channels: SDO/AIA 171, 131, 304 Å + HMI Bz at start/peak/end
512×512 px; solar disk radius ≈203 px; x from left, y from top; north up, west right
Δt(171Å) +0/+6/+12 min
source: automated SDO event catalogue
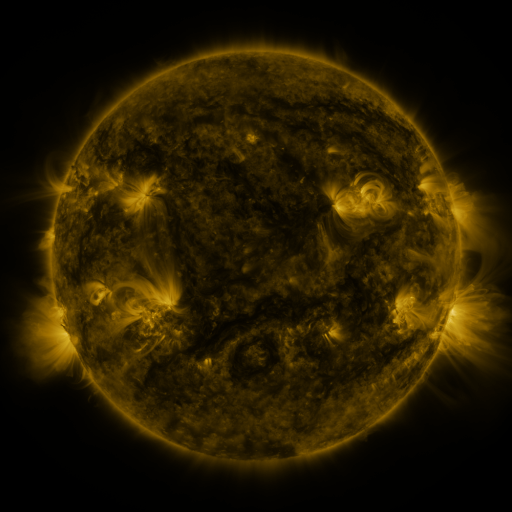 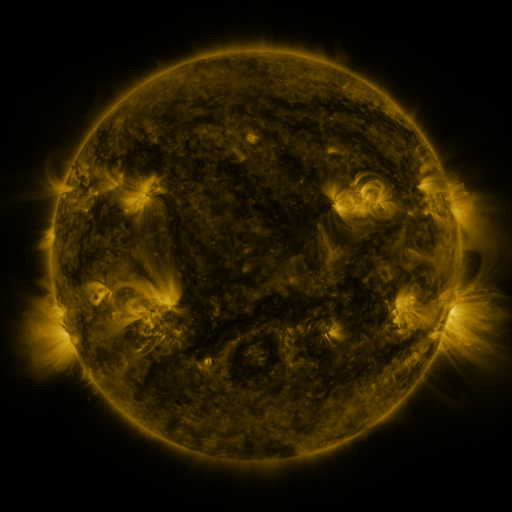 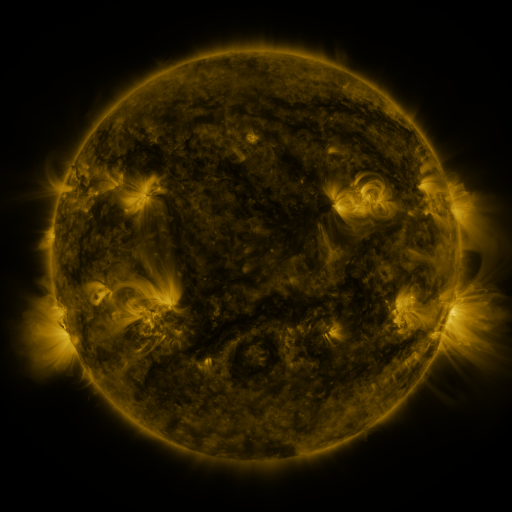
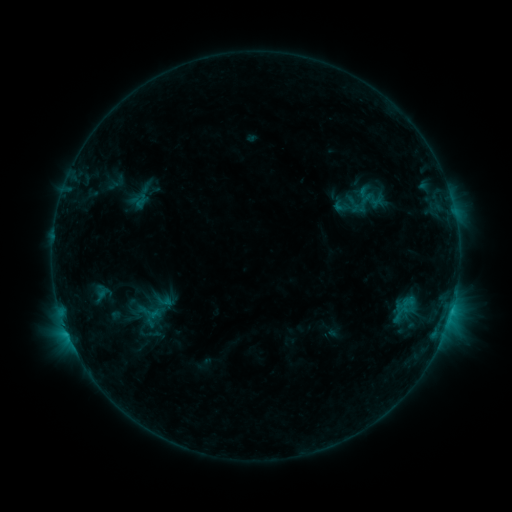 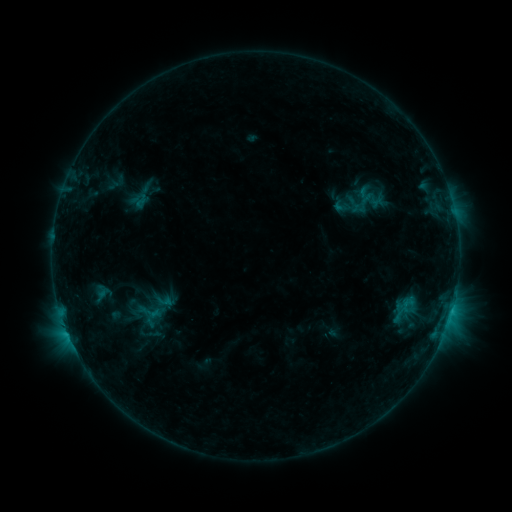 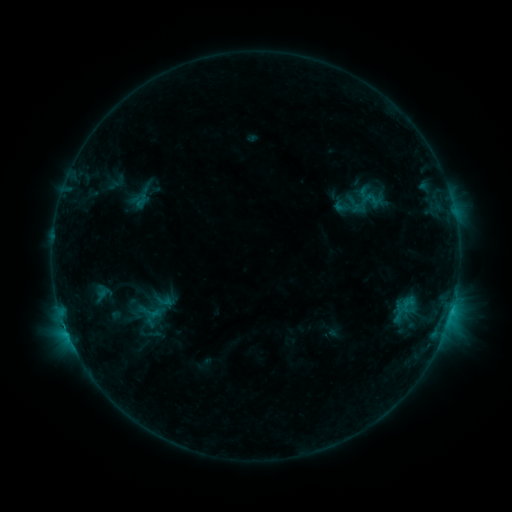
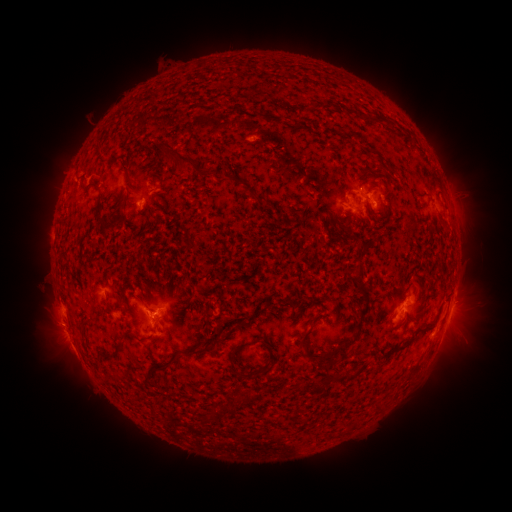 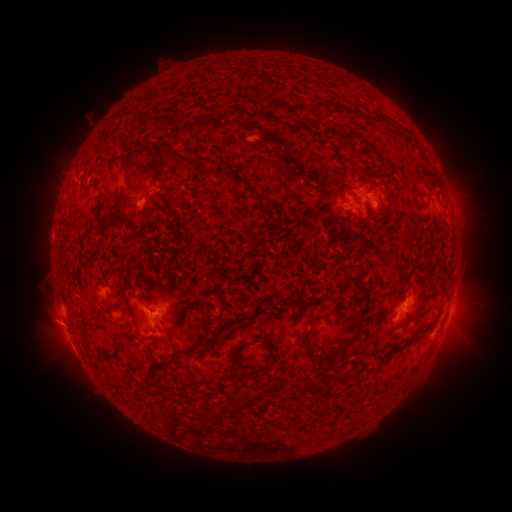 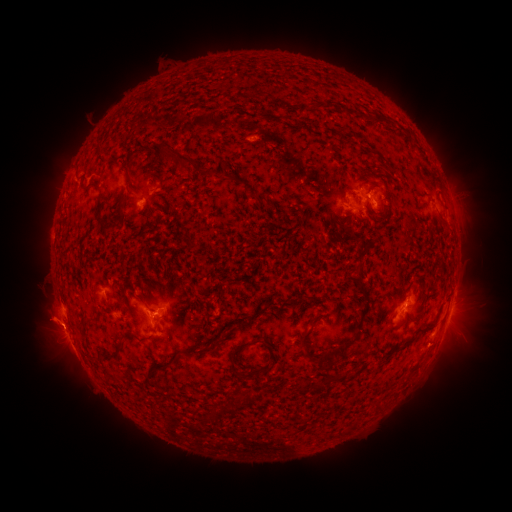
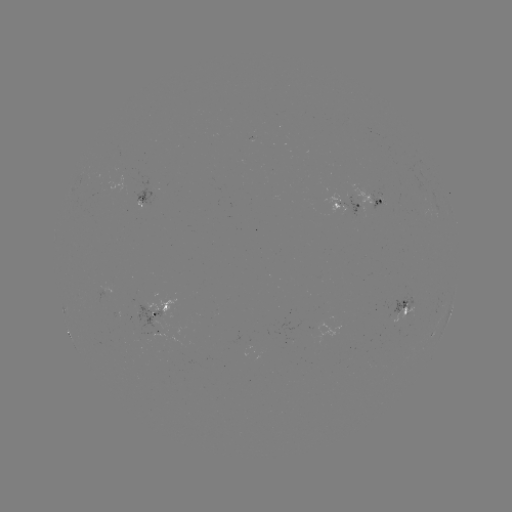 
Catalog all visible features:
eruption: (47, 323)
